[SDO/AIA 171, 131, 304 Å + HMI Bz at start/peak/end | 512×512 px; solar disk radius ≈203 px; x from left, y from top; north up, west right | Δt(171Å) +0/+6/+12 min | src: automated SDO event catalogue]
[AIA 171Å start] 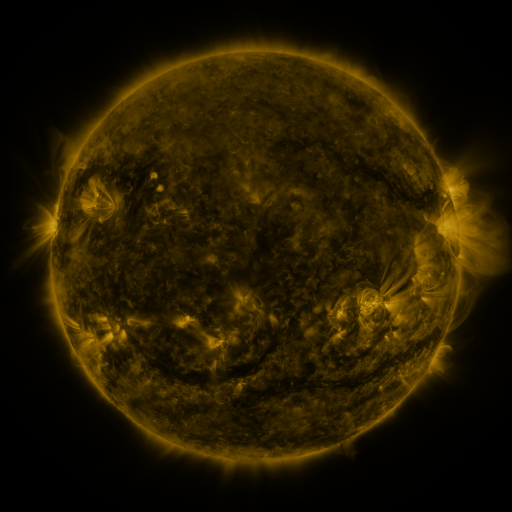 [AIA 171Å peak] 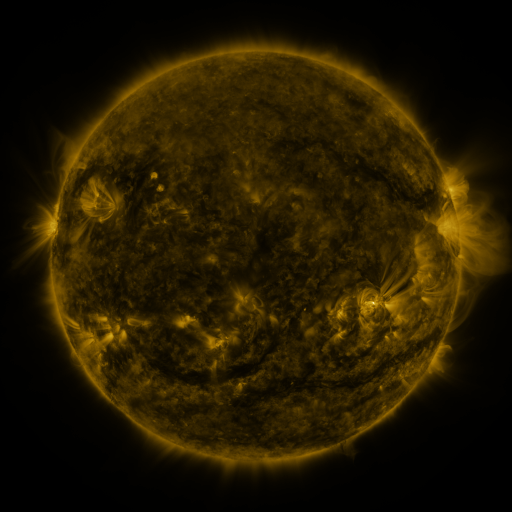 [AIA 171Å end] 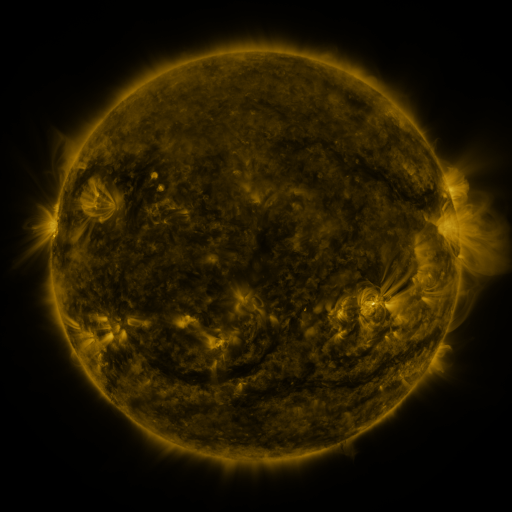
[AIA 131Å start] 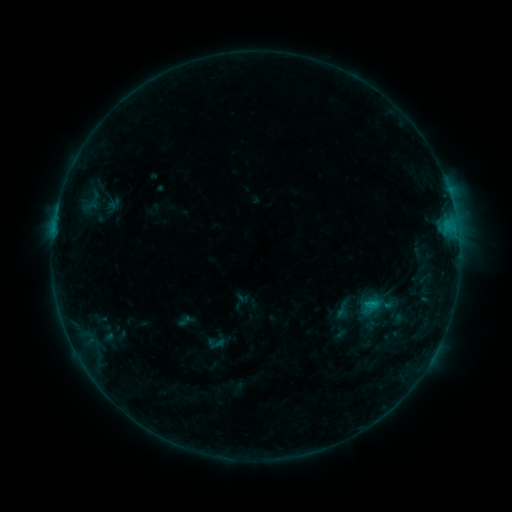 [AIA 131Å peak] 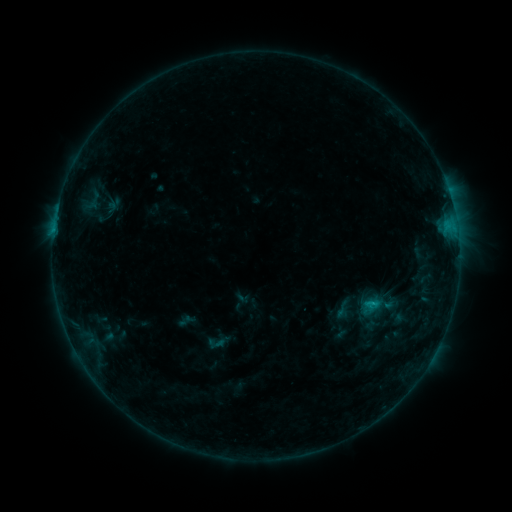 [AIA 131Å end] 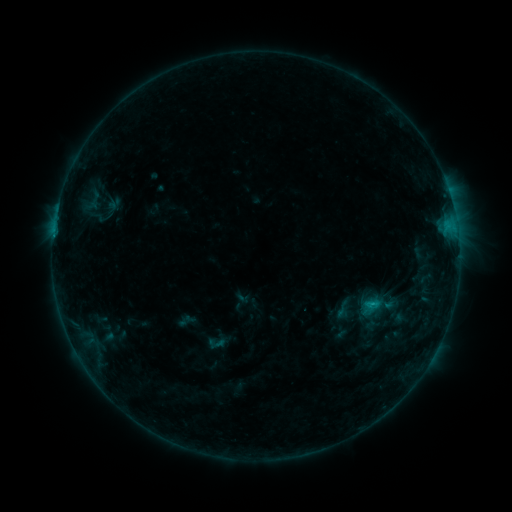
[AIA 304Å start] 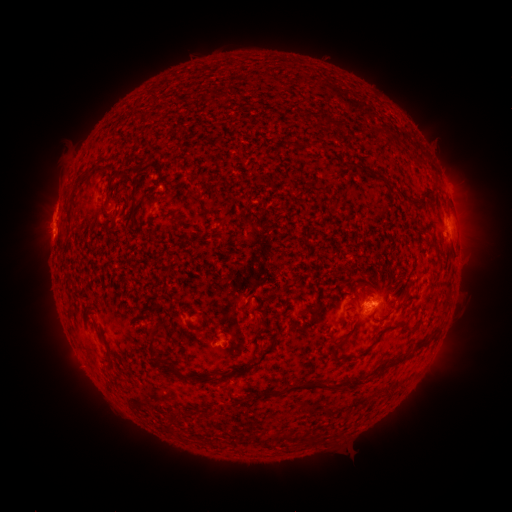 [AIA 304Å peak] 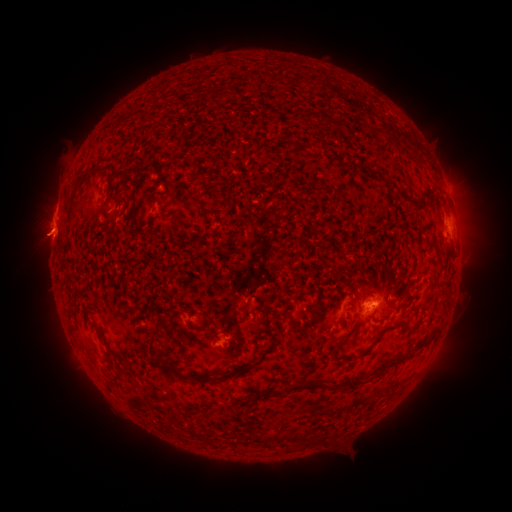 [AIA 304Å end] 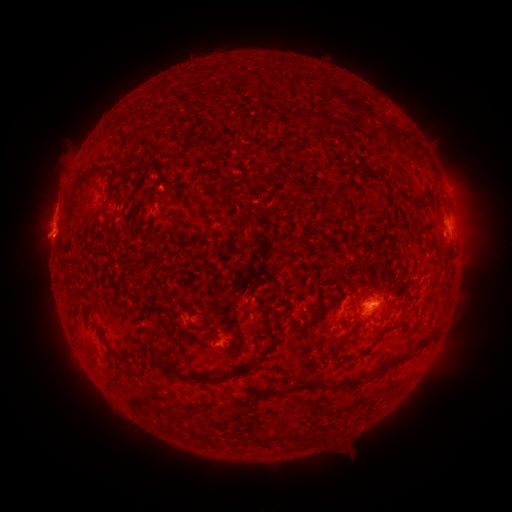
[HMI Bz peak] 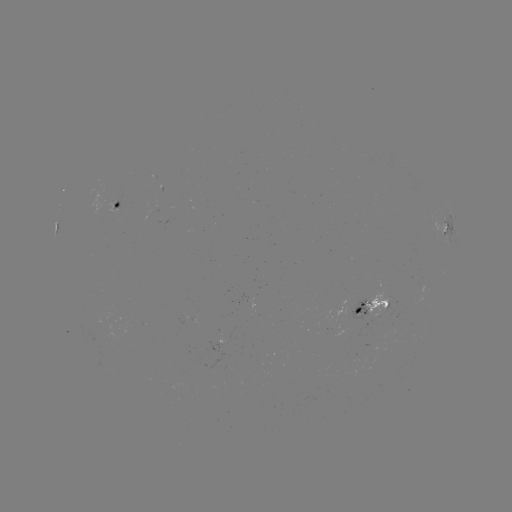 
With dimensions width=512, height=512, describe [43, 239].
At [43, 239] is eruption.